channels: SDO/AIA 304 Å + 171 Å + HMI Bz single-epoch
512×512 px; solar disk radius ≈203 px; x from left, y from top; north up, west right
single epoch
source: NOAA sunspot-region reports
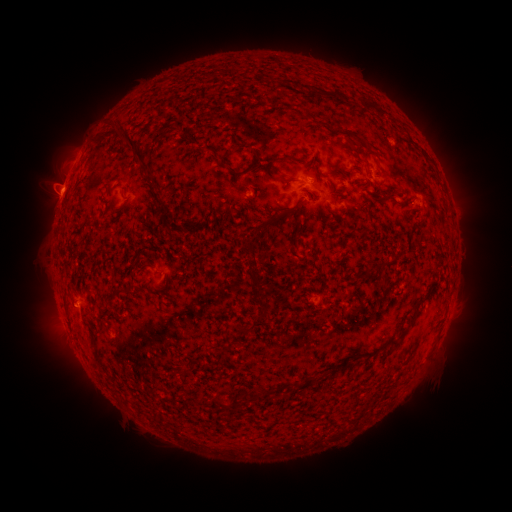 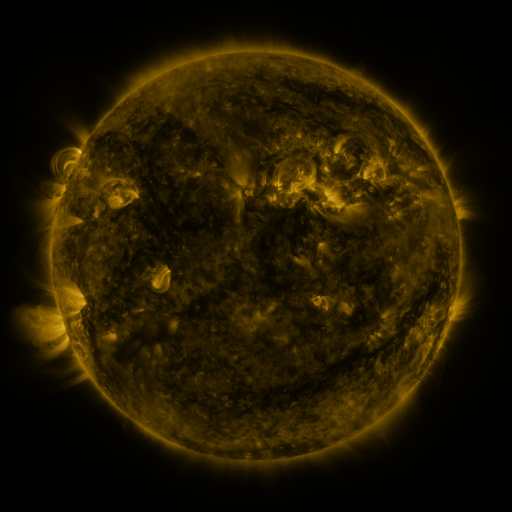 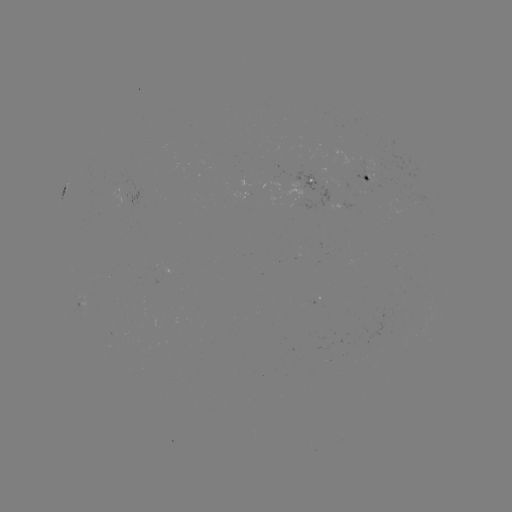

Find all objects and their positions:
spotted active region: (370, 176)
spotted active region: (310, 179)
